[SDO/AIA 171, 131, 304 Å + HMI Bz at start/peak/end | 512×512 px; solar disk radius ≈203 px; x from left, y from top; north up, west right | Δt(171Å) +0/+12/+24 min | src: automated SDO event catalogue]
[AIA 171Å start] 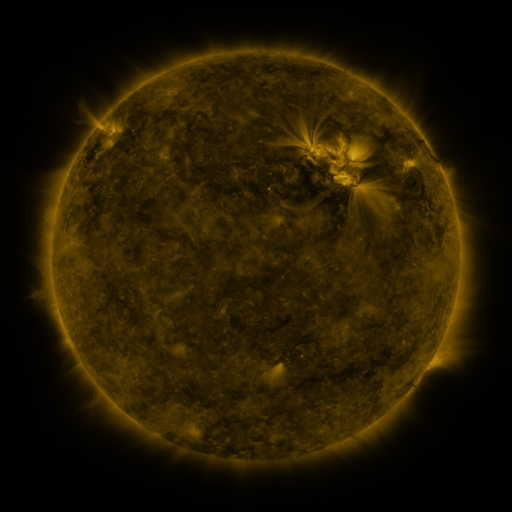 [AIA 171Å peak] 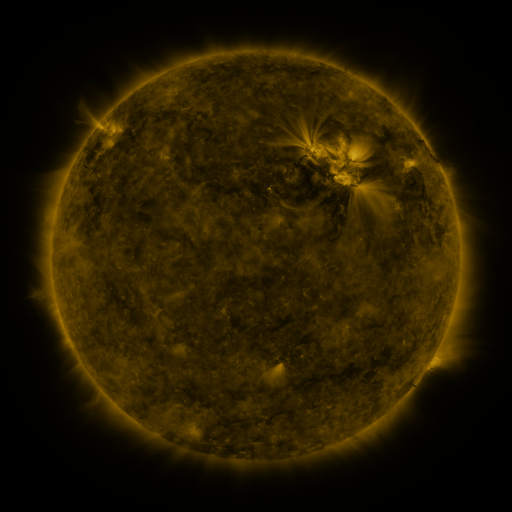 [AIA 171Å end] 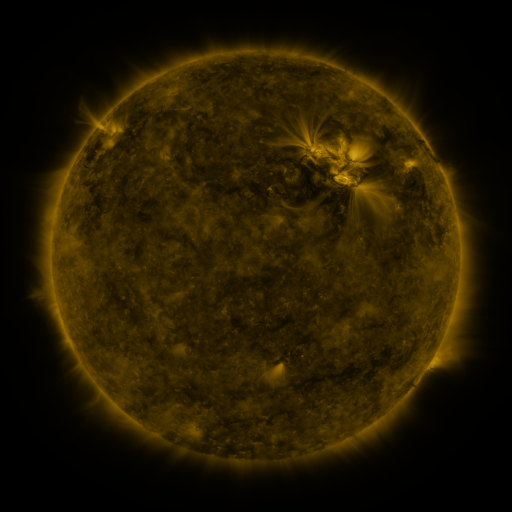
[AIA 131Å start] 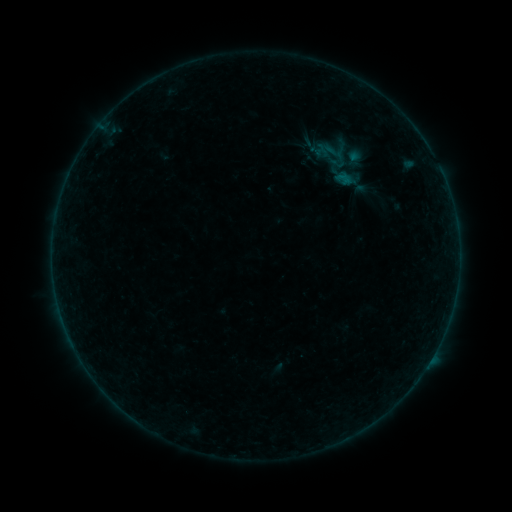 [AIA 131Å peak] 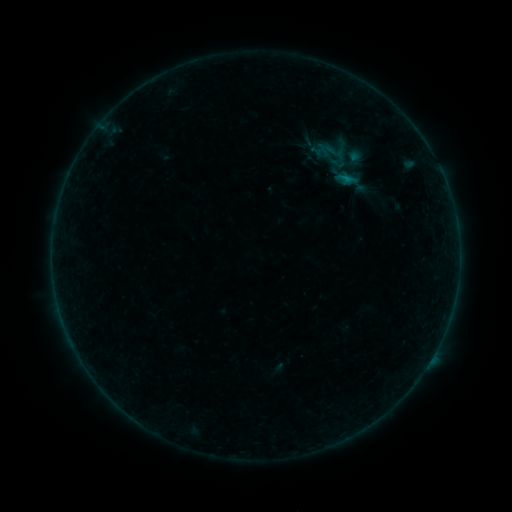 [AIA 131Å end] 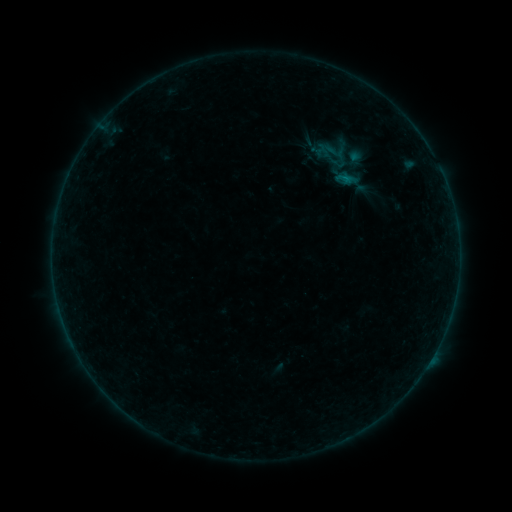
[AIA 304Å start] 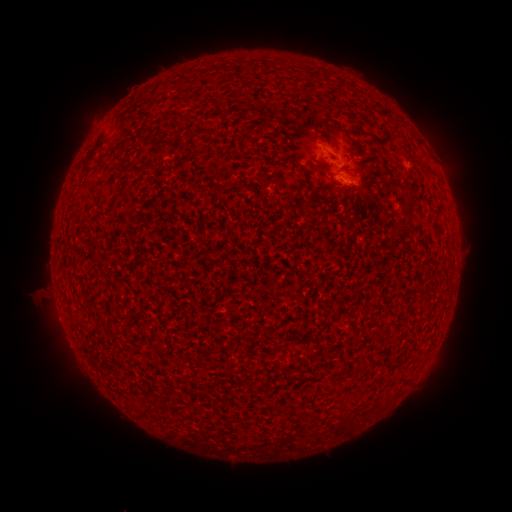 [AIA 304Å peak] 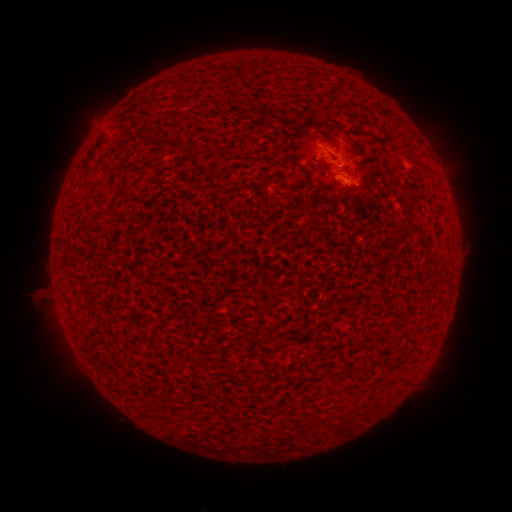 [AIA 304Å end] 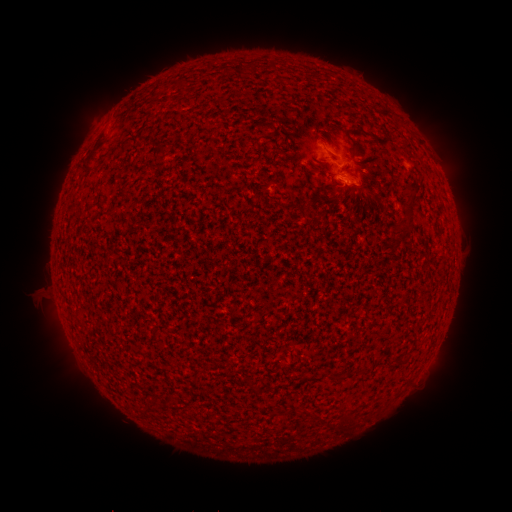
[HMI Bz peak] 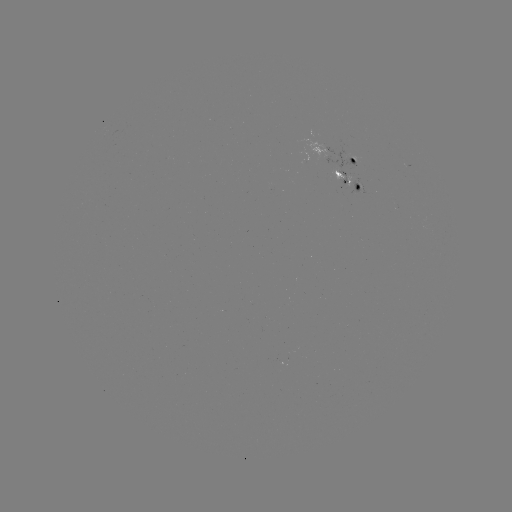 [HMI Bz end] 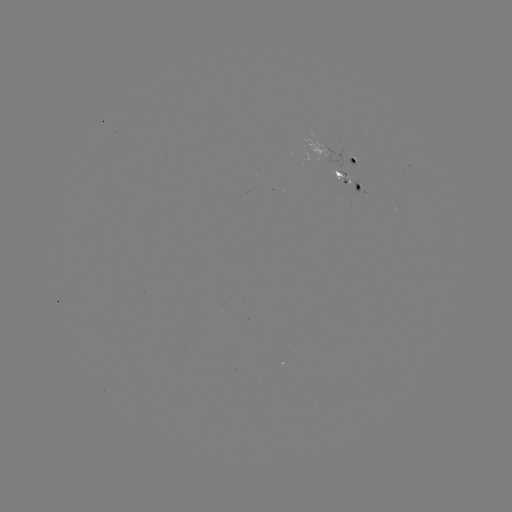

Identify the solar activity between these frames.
B2.8 flare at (409, 166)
